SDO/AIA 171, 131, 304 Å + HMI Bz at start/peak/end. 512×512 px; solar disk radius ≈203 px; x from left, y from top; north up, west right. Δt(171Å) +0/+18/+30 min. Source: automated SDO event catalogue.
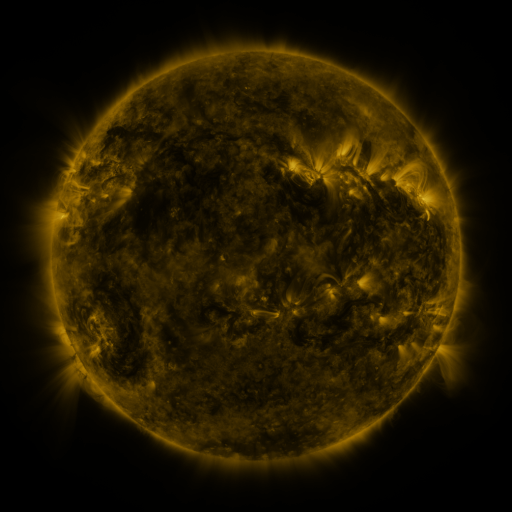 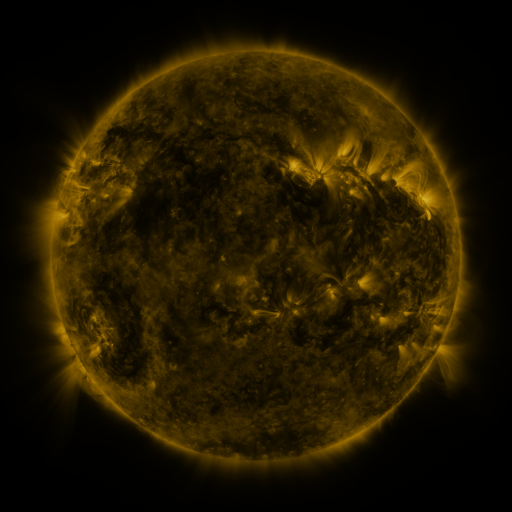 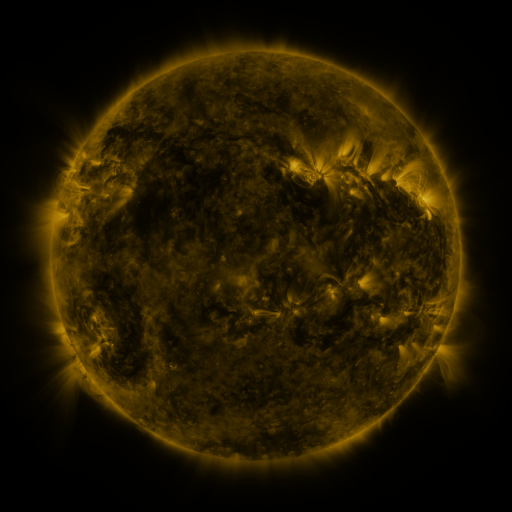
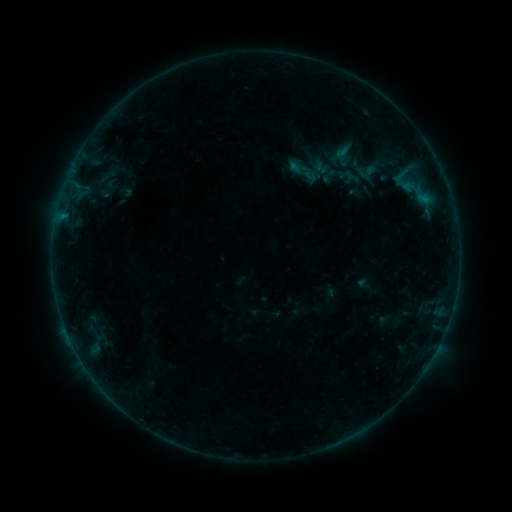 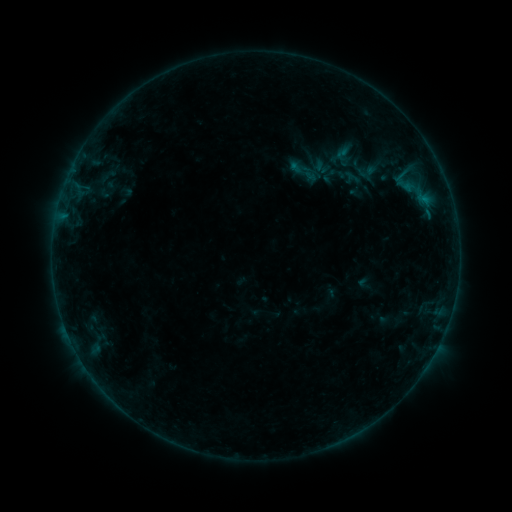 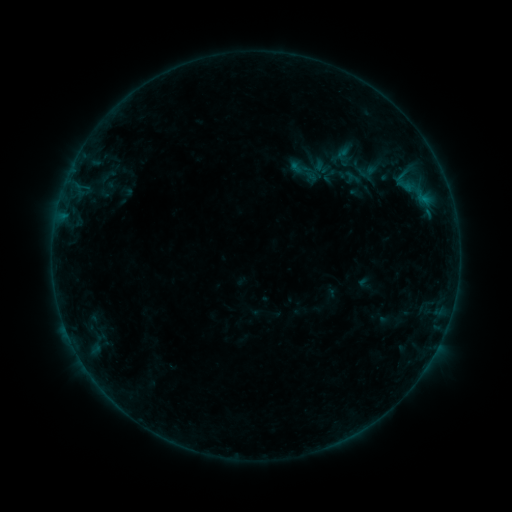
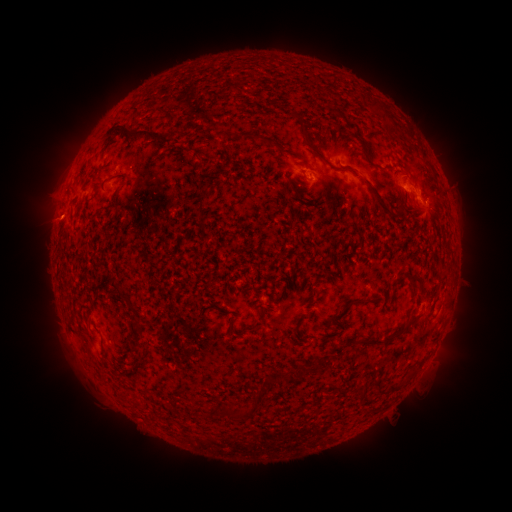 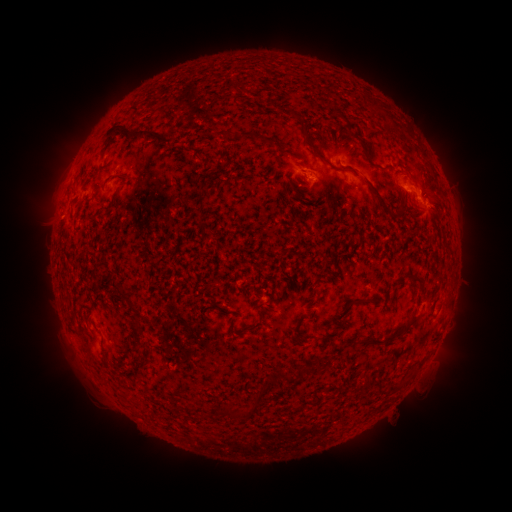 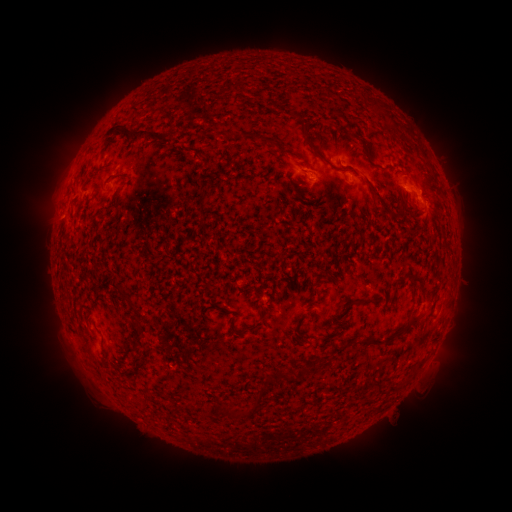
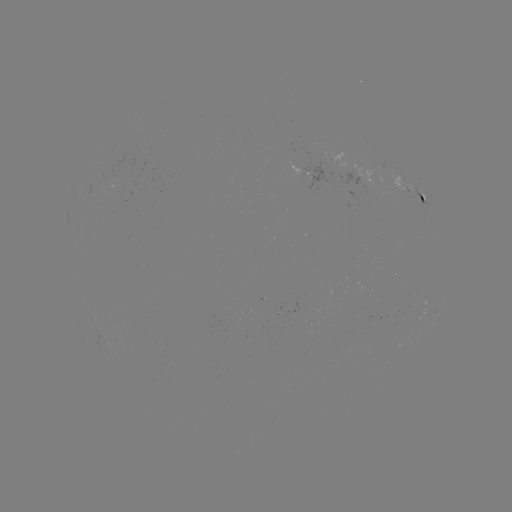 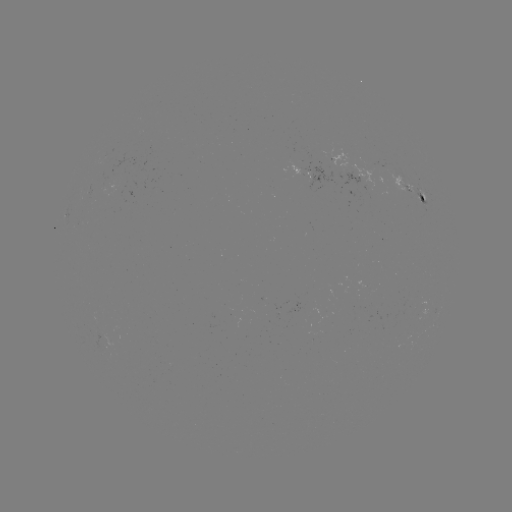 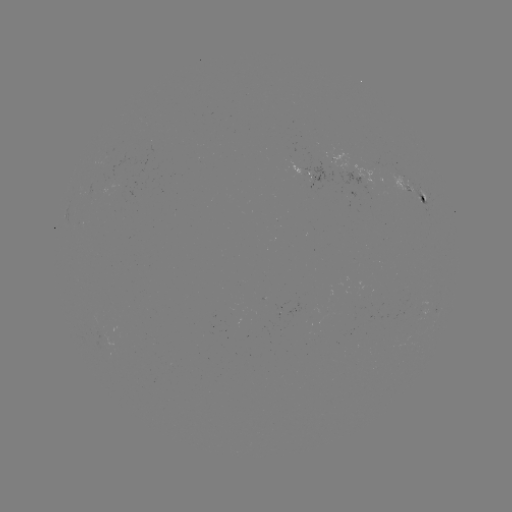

no flare in any classed list; no EUV-trigger detection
